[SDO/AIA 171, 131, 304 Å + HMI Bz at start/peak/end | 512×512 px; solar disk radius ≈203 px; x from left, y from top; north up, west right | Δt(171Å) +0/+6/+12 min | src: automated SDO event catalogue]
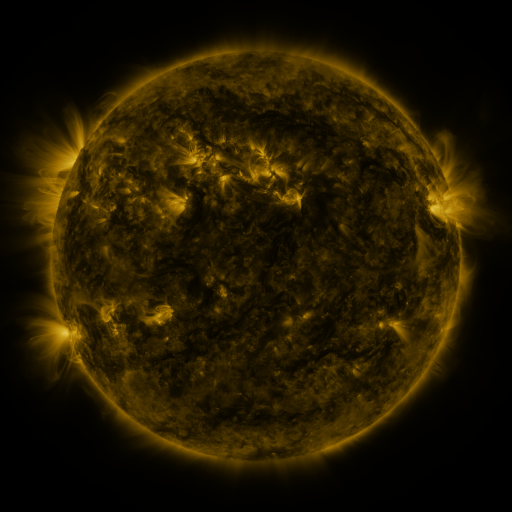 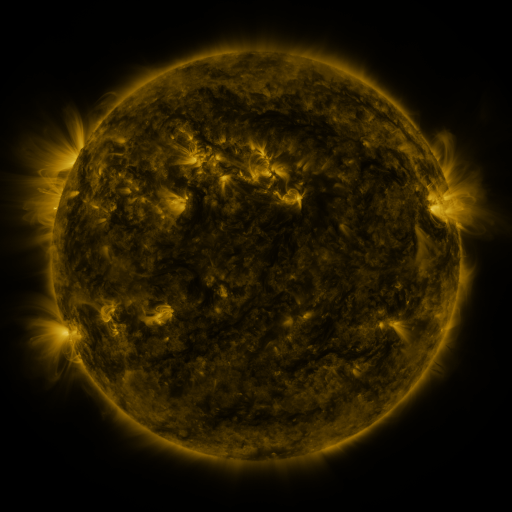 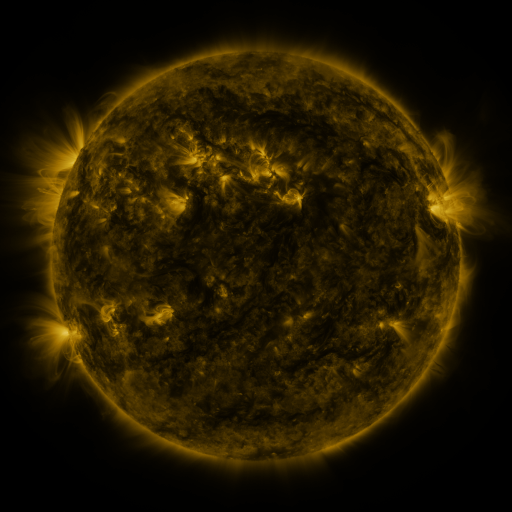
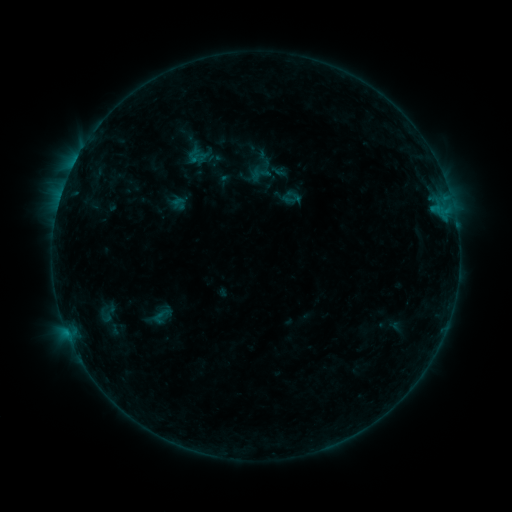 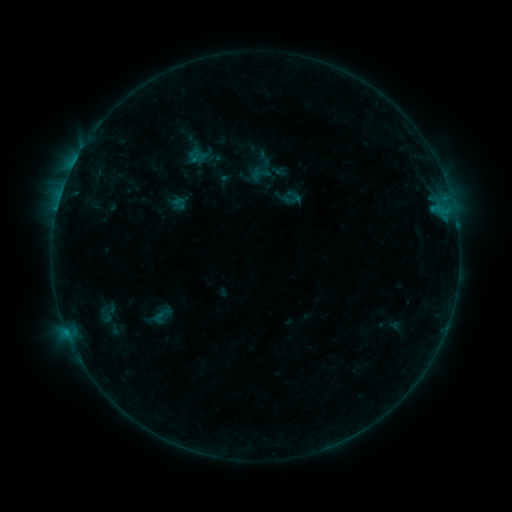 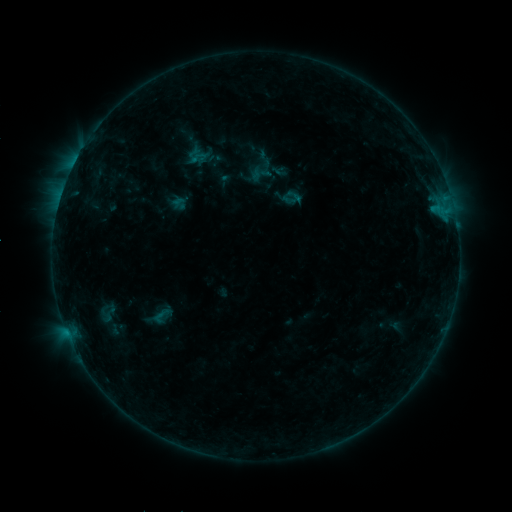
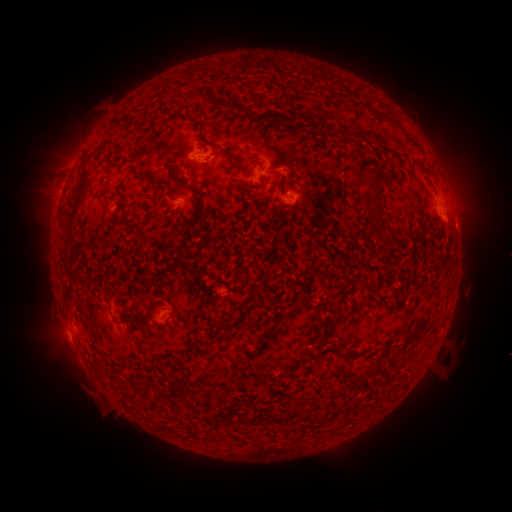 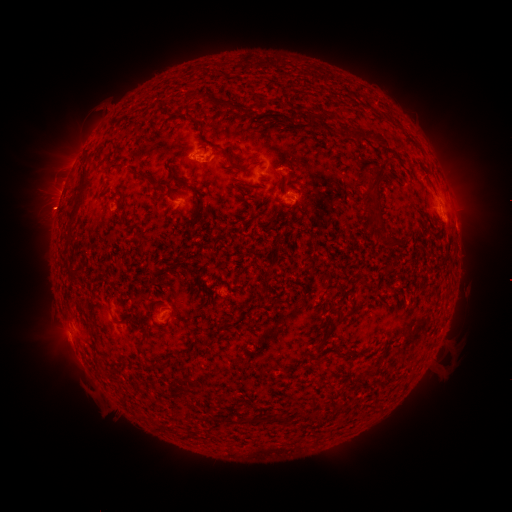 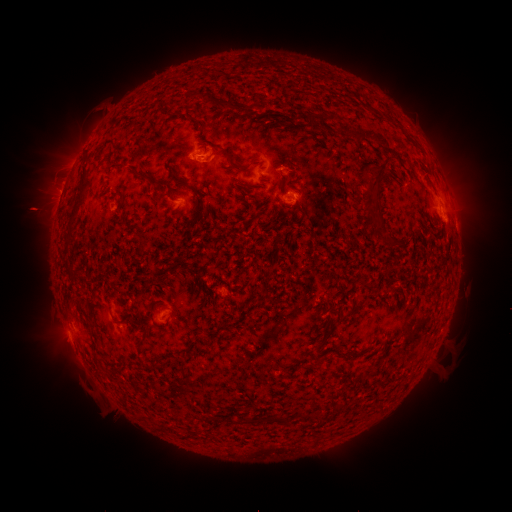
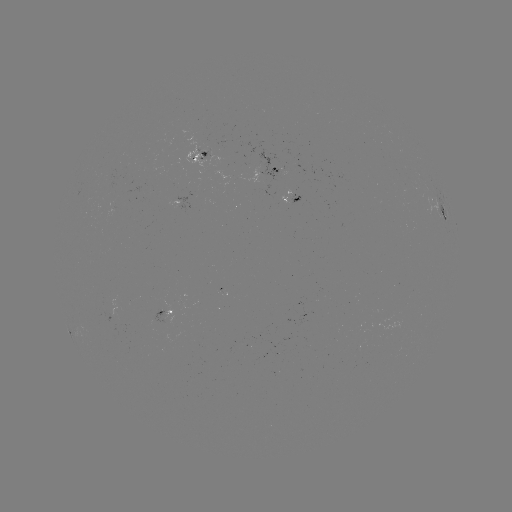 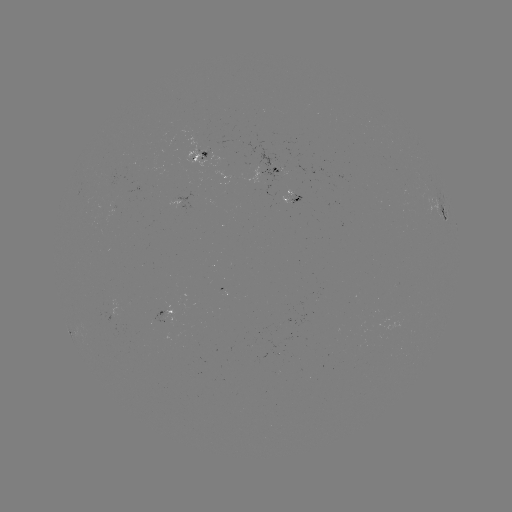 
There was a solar eruption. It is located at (52, 165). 